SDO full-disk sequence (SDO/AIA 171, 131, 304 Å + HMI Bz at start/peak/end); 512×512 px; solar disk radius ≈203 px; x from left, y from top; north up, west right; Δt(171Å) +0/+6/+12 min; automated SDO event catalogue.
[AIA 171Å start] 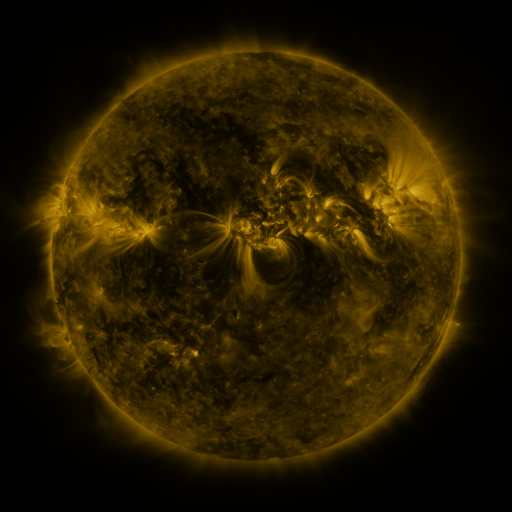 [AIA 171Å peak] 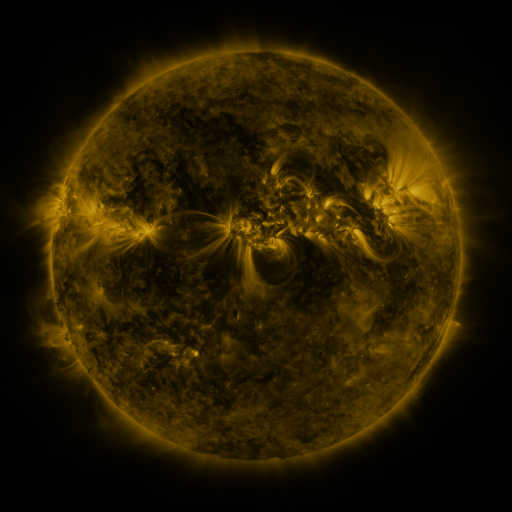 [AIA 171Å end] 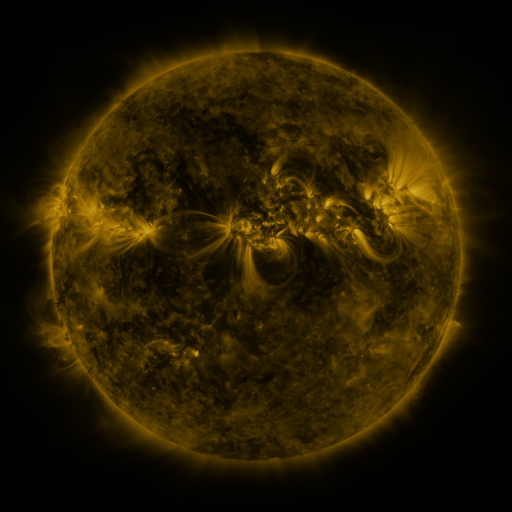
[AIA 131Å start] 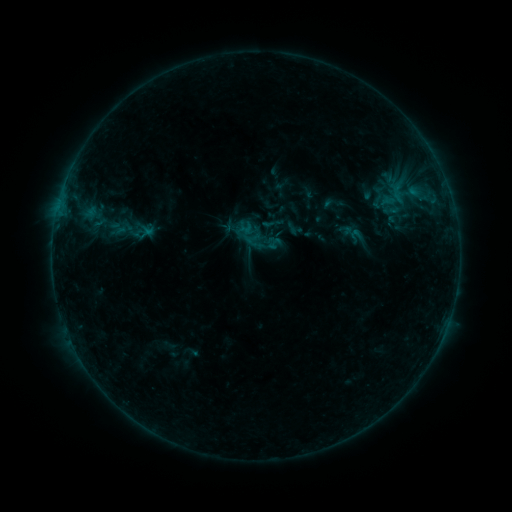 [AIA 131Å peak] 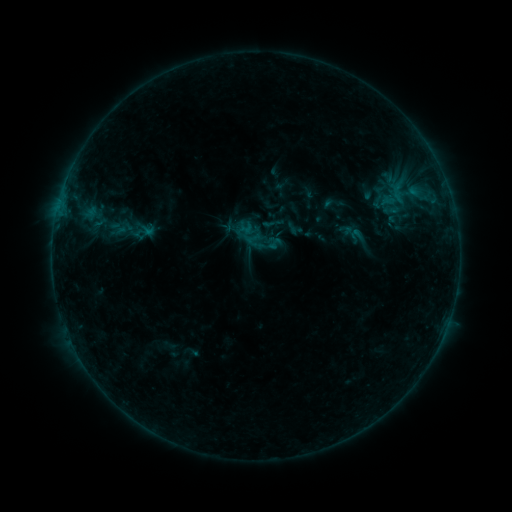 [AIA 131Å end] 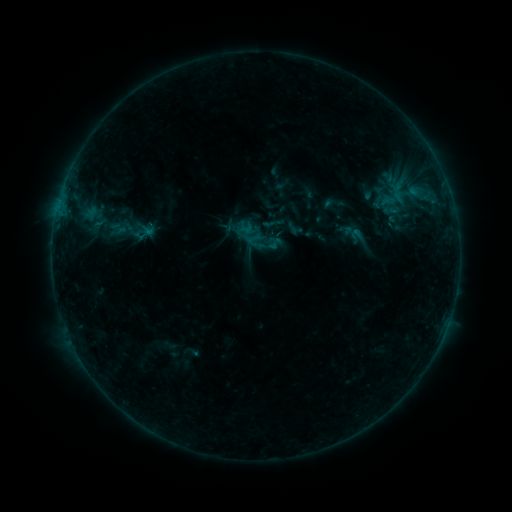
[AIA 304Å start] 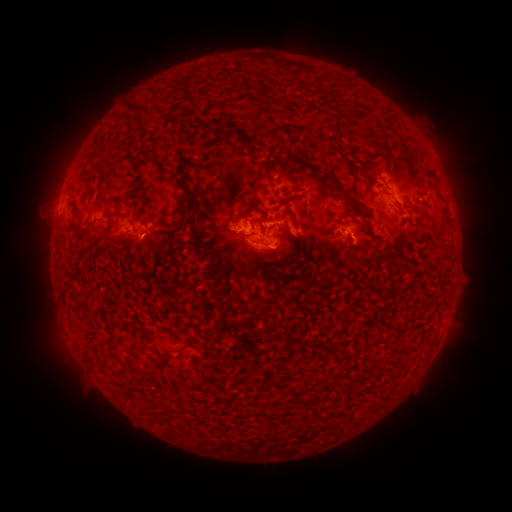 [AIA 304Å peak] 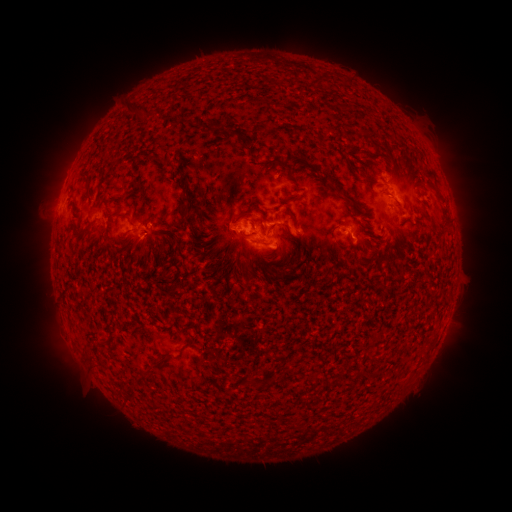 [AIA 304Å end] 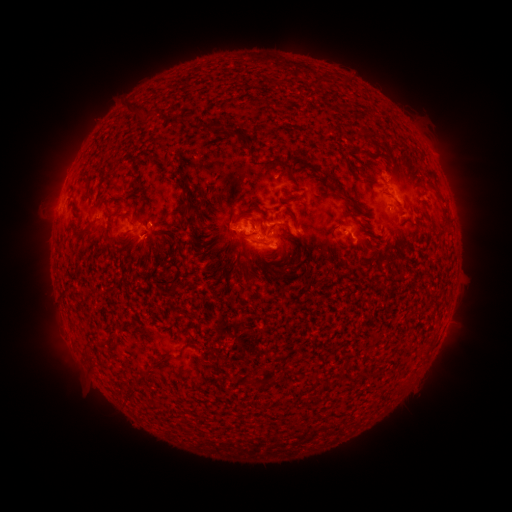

no flare in any classed list; no EUV-trigger detection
